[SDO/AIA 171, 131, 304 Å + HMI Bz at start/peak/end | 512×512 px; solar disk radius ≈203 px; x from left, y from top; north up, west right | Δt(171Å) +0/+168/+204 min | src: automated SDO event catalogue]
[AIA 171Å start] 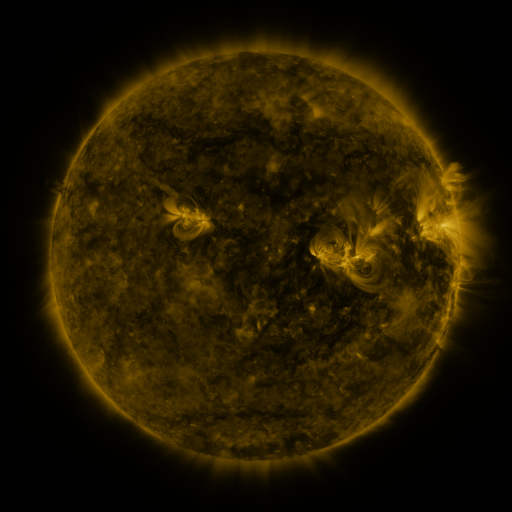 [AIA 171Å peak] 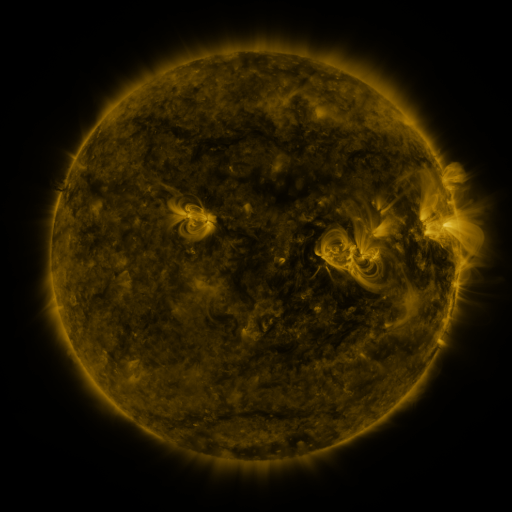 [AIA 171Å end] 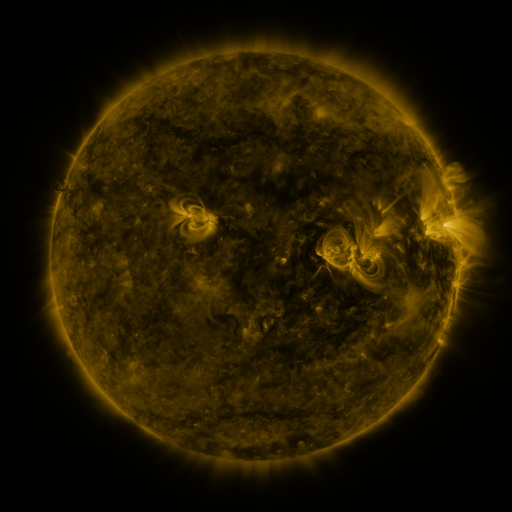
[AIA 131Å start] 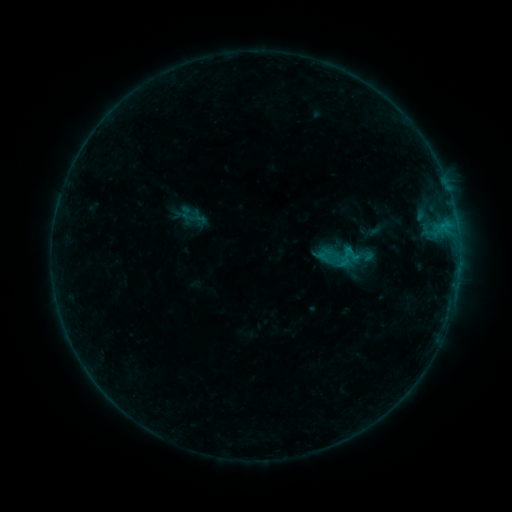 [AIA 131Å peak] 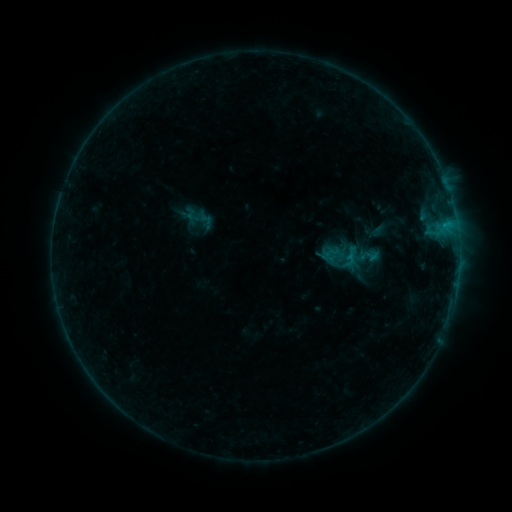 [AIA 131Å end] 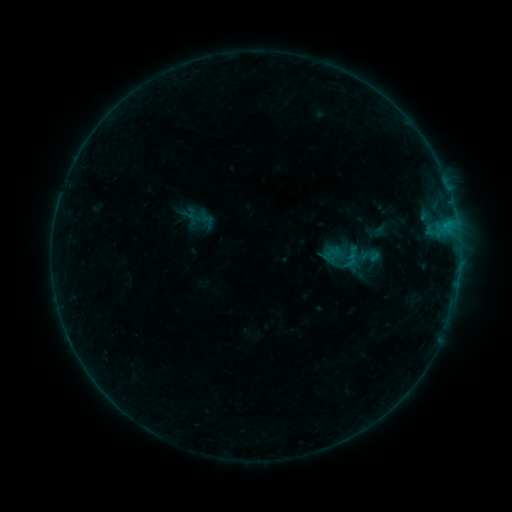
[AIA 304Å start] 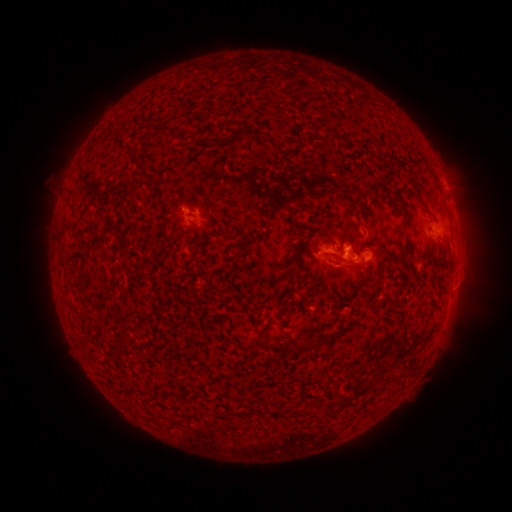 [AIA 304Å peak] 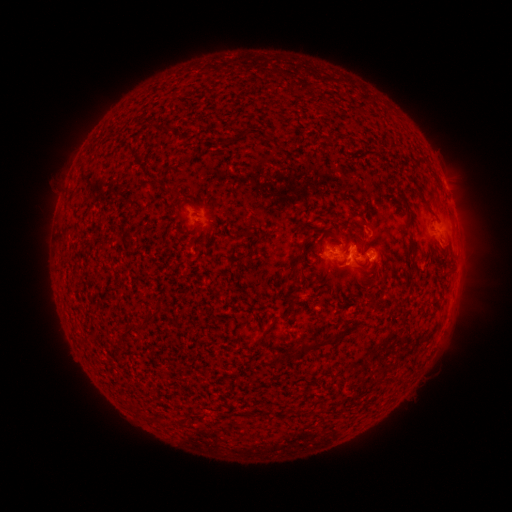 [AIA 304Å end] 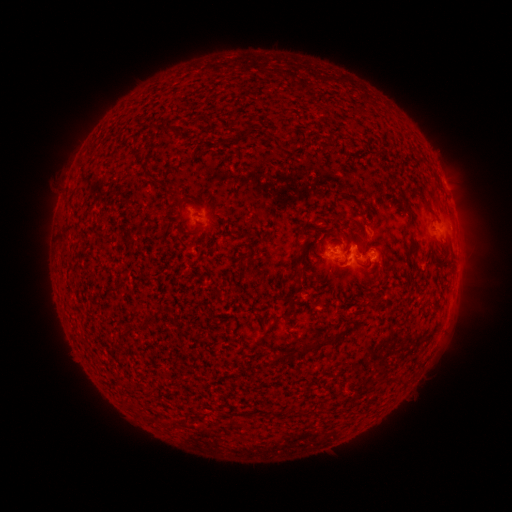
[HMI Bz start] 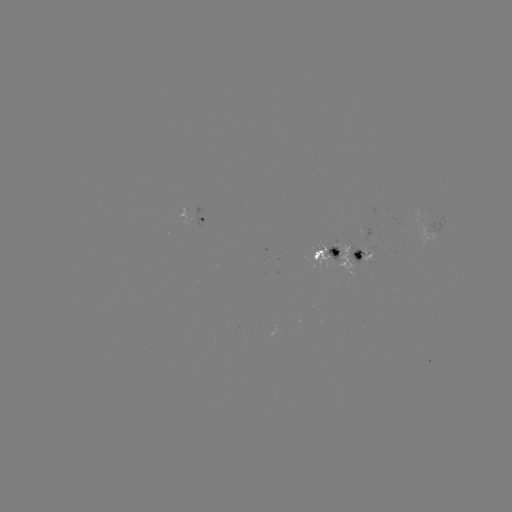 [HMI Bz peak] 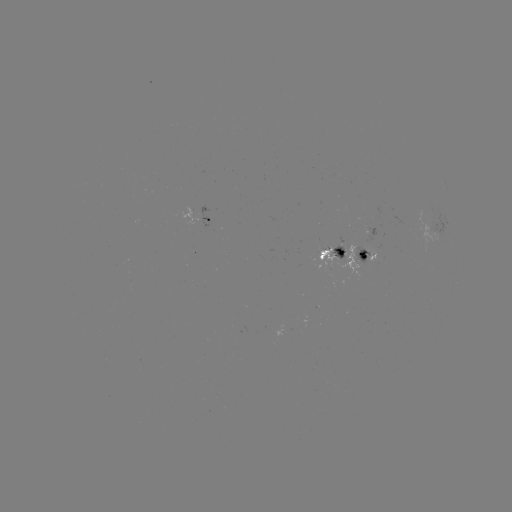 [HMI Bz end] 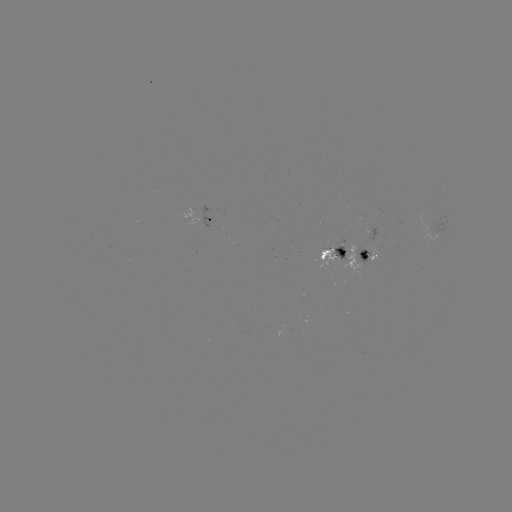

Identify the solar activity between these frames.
emerging-flux region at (339, 248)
